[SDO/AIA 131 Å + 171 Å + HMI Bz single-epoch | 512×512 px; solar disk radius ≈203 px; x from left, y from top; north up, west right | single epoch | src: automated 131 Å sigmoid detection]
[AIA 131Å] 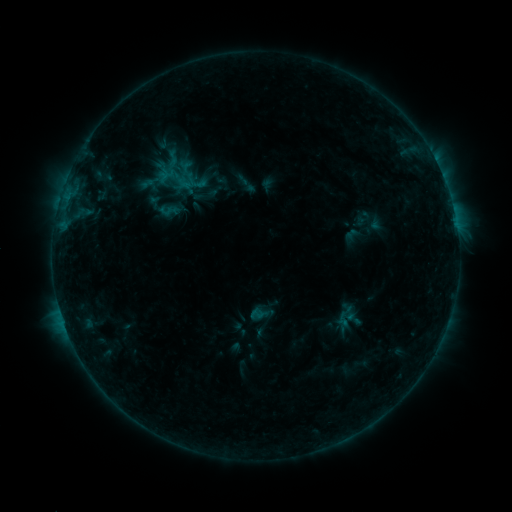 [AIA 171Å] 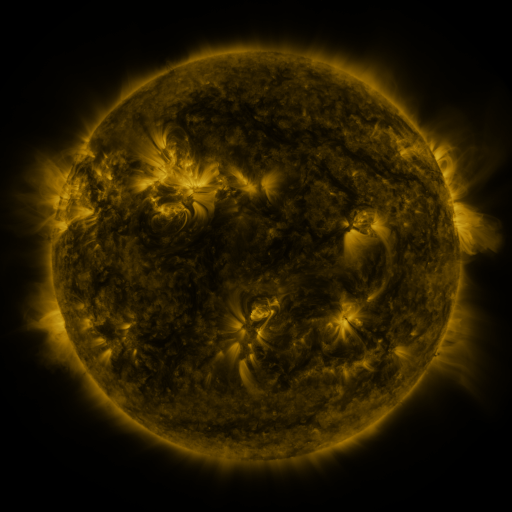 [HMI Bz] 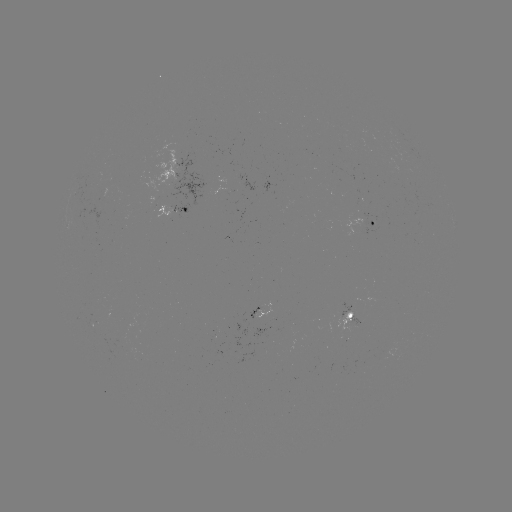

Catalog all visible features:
sigmoid: (257, 315)
sigmoid: (344, 319)
